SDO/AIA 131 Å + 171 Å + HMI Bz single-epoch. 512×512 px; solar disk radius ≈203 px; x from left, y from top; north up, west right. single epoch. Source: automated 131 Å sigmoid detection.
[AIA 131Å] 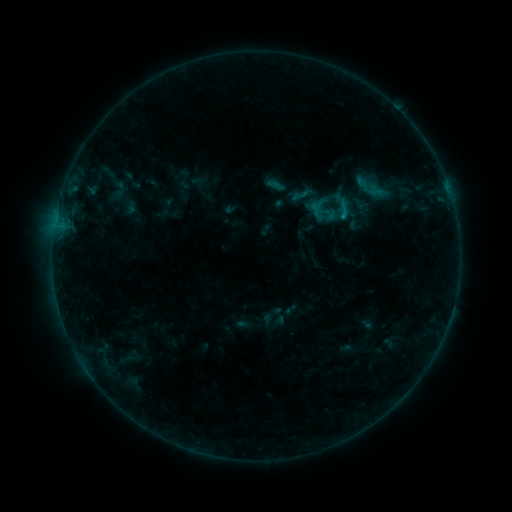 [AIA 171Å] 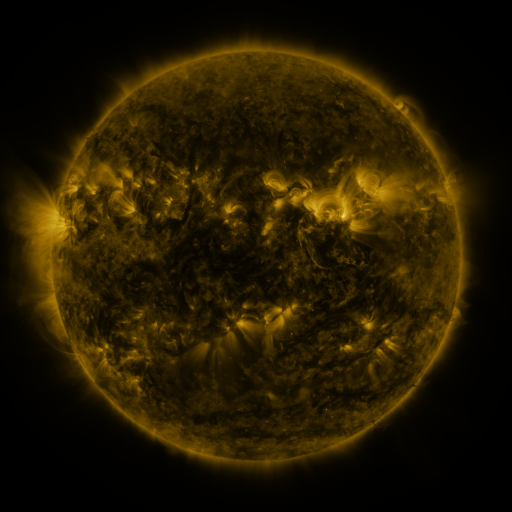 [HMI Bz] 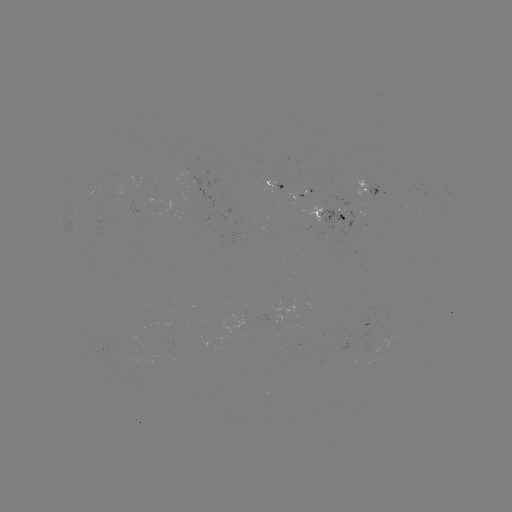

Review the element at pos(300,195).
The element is sigmoid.